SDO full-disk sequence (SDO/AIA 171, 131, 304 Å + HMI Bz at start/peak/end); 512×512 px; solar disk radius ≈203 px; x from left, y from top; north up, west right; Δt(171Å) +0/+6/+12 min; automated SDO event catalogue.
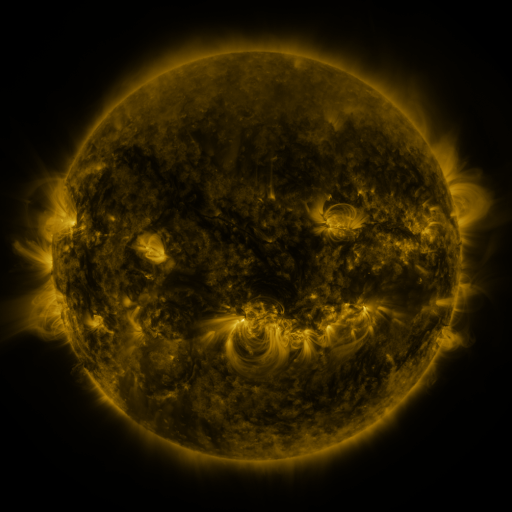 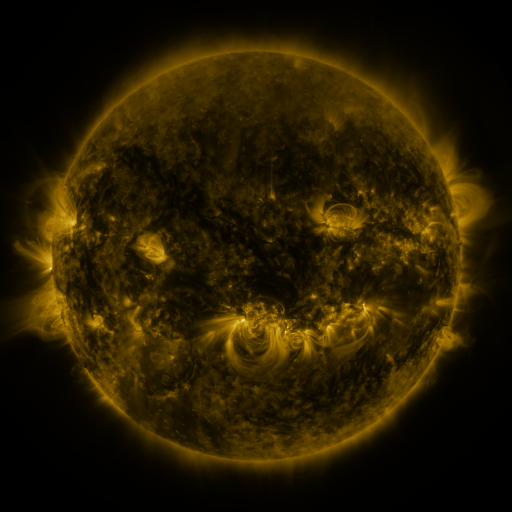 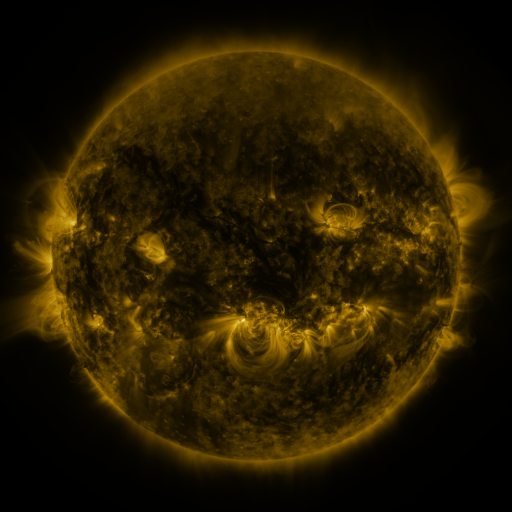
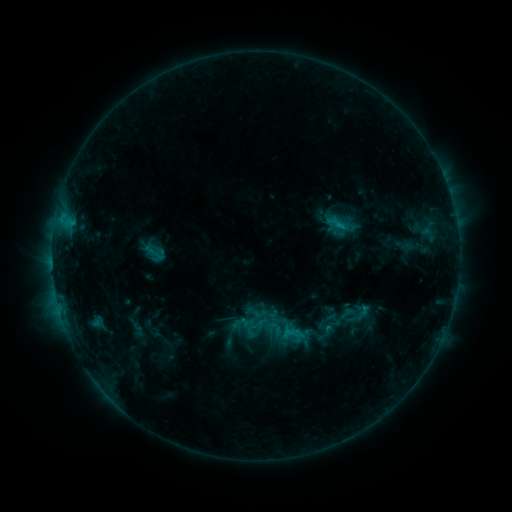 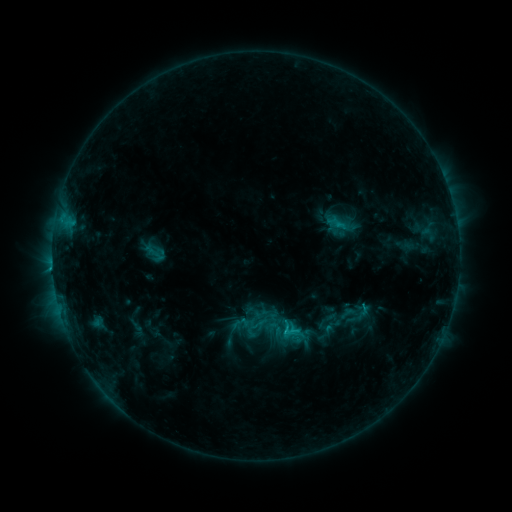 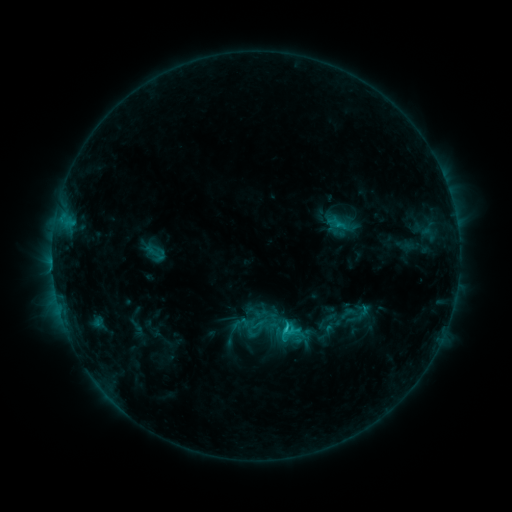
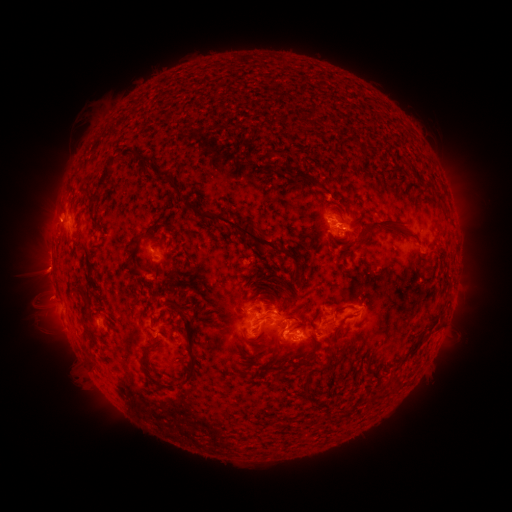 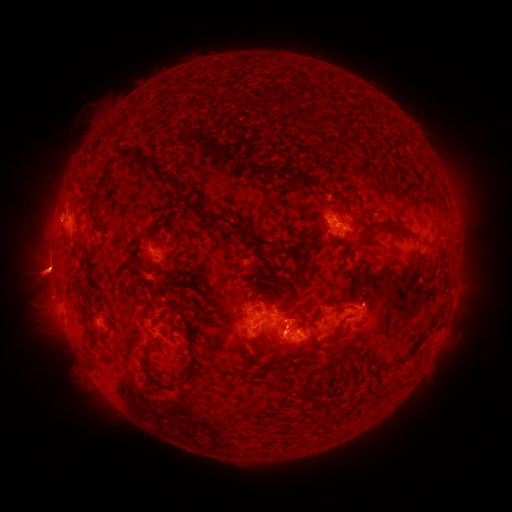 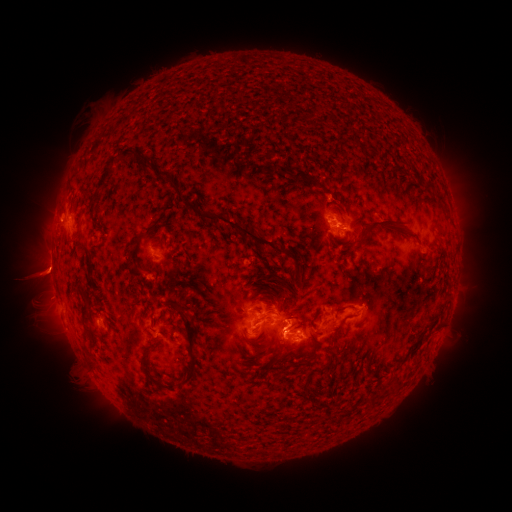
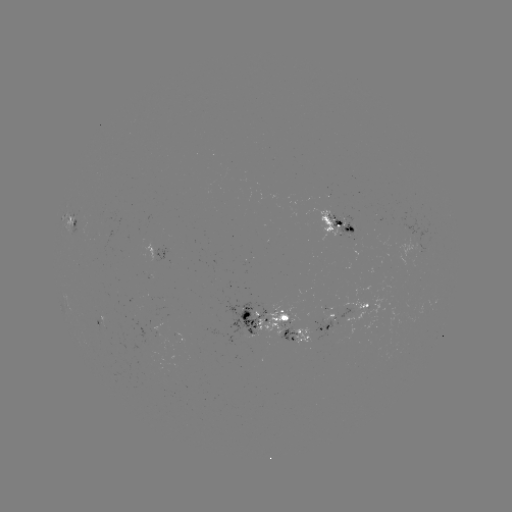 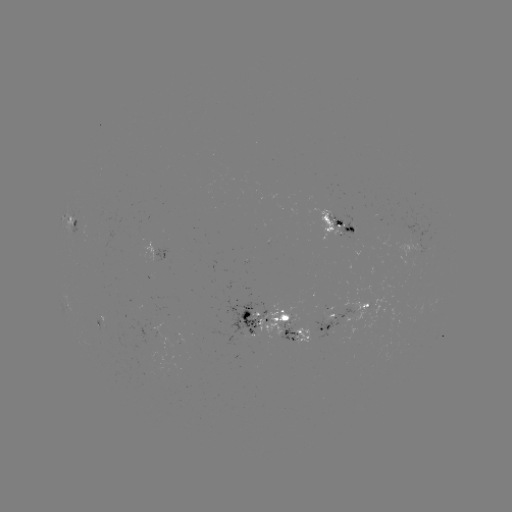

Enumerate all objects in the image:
eruption: (36, 278)
